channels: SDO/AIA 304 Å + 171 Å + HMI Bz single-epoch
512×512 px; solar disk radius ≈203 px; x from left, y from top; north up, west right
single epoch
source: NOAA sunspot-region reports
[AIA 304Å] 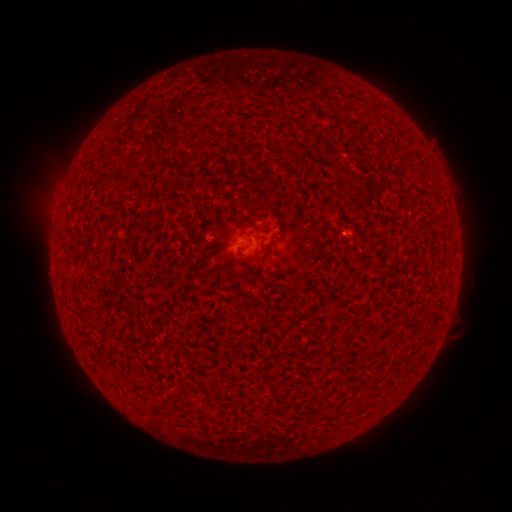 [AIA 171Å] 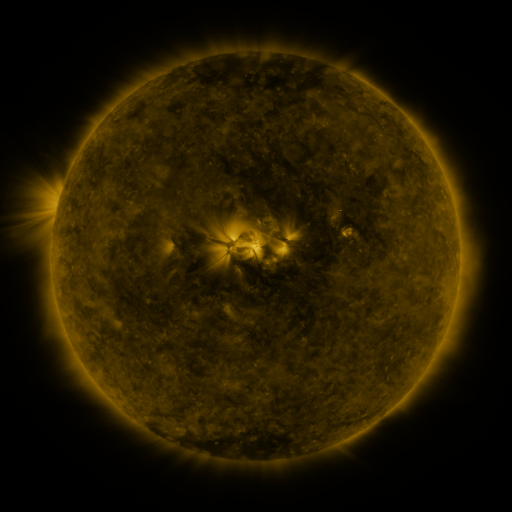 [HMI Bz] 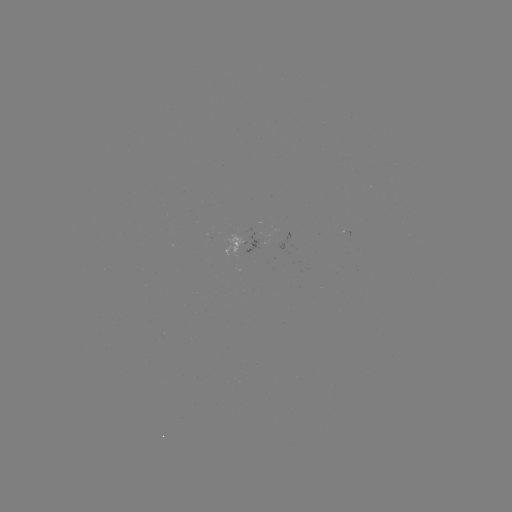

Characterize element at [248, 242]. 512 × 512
spotted active region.